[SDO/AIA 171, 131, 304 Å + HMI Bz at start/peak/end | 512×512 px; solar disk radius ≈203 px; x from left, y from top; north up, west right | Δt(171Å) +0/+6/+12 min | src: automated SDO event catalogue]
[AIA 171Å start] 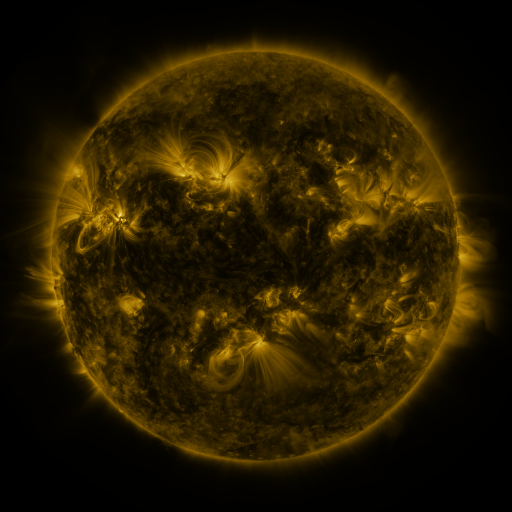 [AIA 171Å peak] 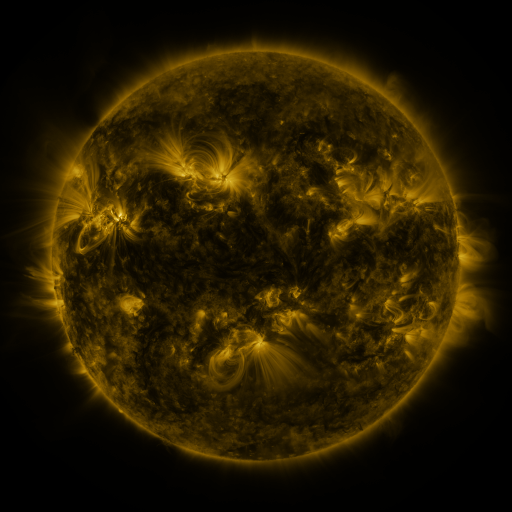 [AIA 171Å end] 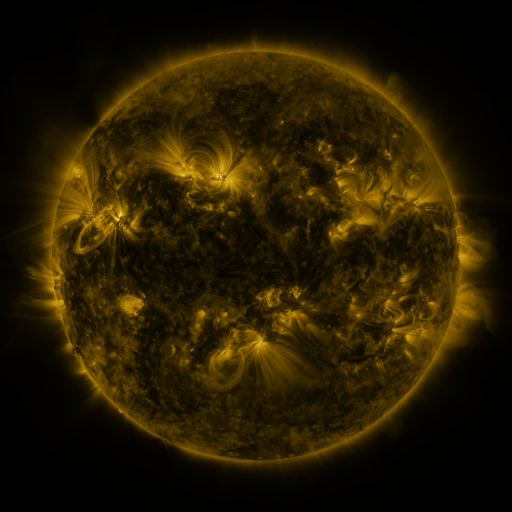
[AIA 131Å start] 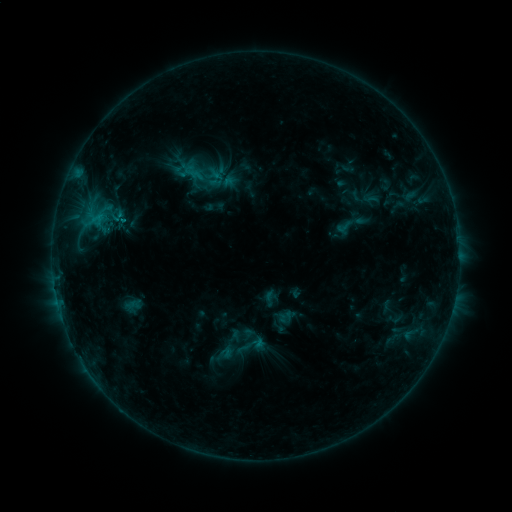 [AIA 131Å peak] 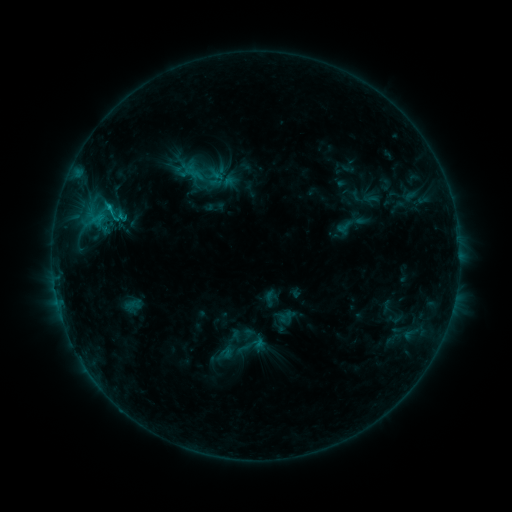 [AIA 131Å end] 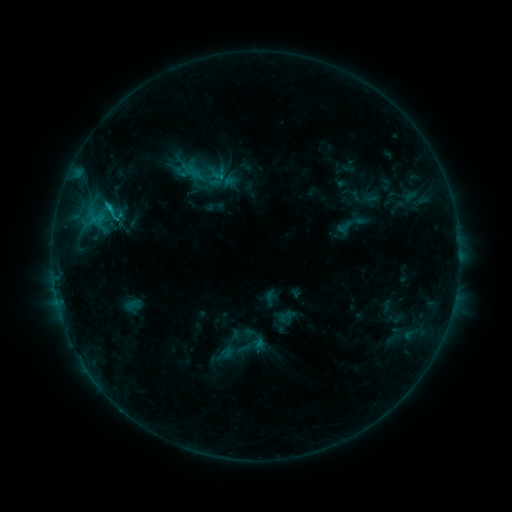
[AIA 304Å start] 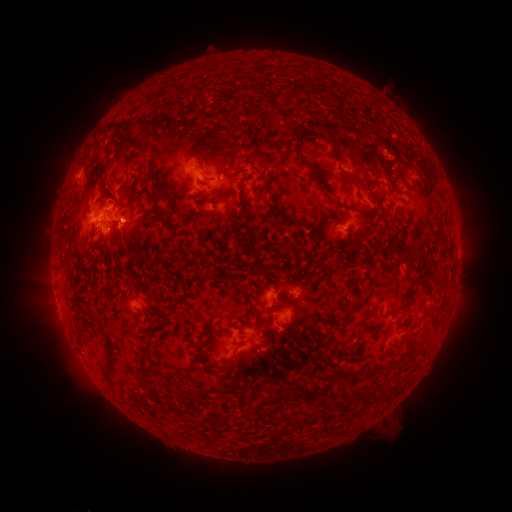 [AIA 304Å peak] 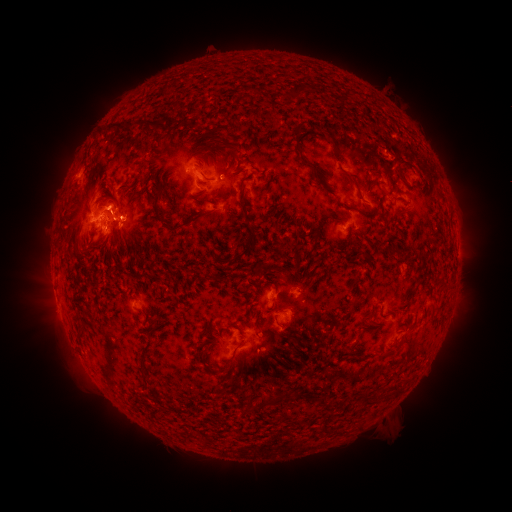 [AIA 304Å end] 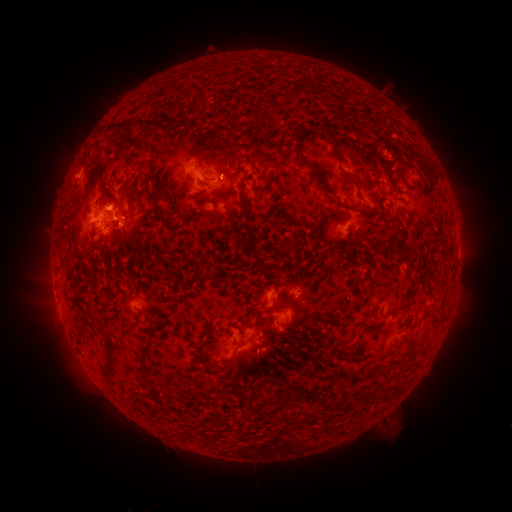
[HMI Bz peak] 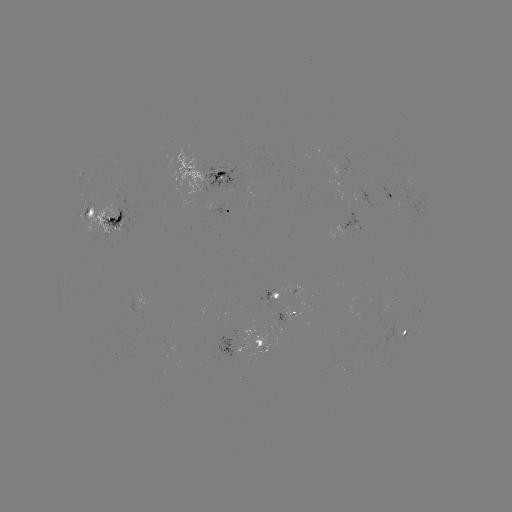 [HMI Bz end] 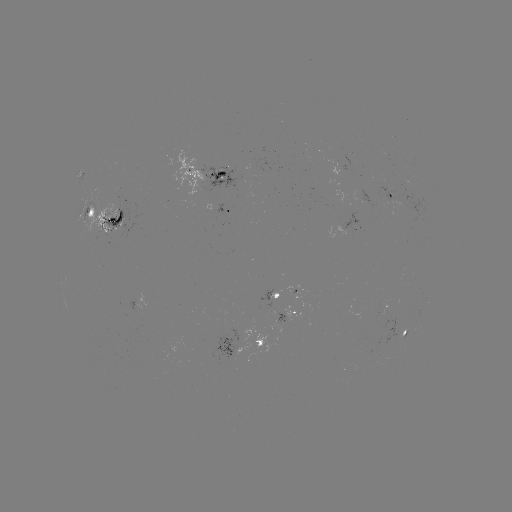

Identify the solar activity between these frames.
eruption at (131, 212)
